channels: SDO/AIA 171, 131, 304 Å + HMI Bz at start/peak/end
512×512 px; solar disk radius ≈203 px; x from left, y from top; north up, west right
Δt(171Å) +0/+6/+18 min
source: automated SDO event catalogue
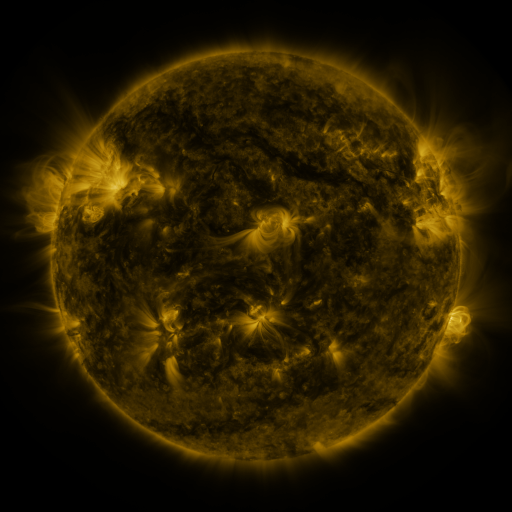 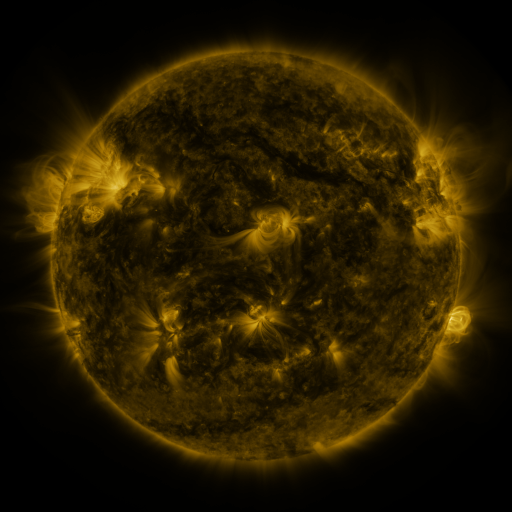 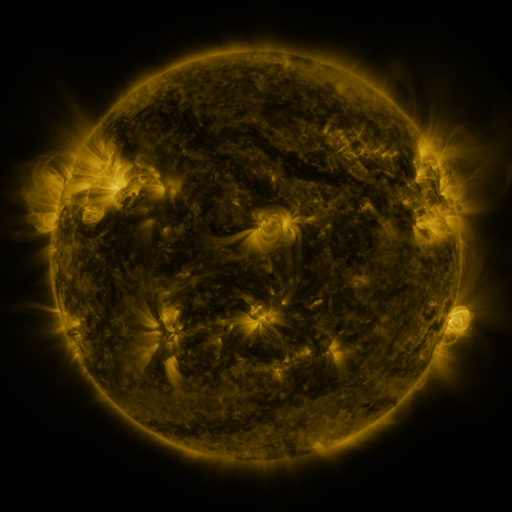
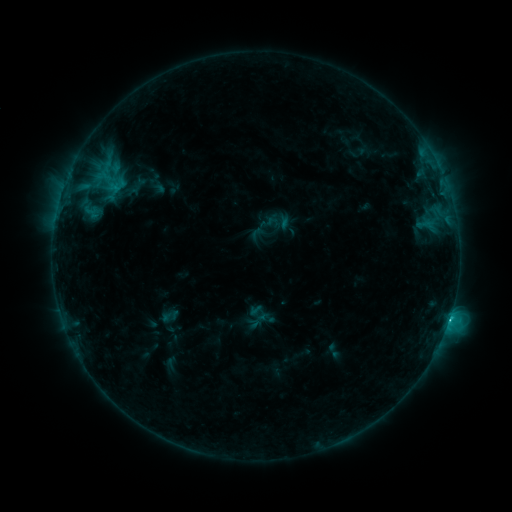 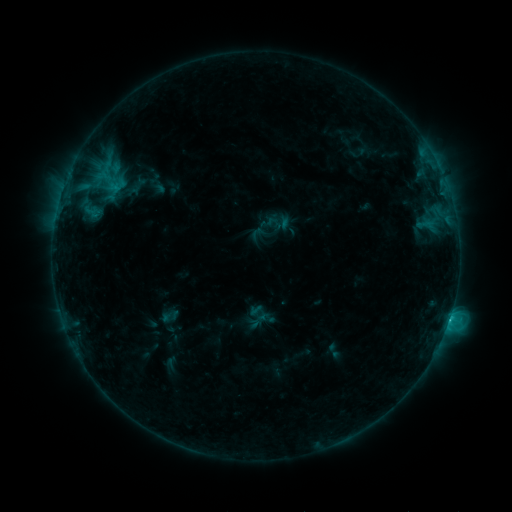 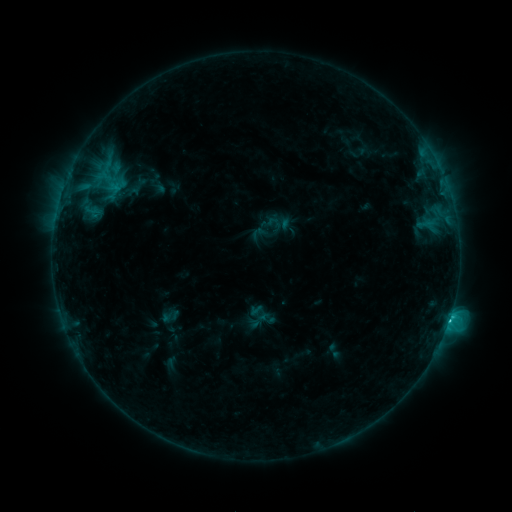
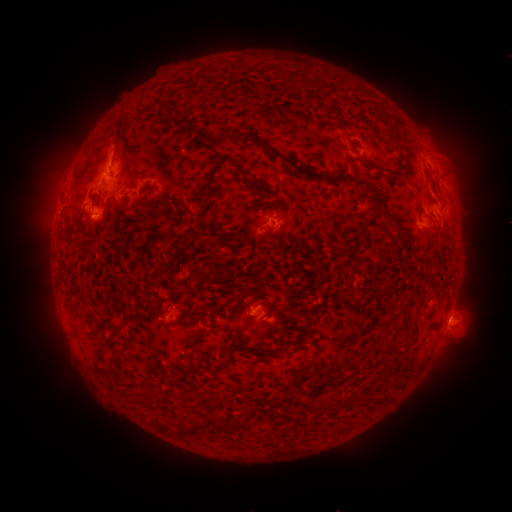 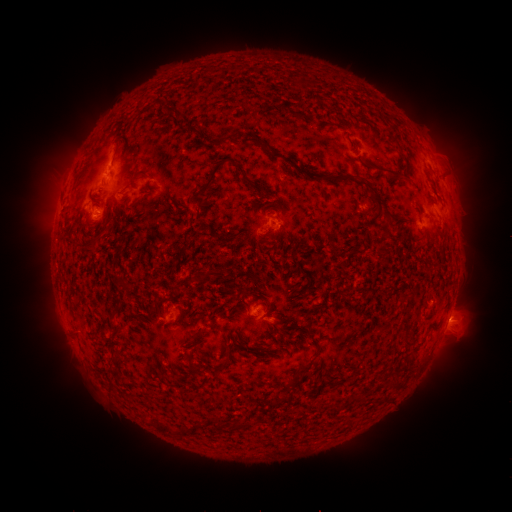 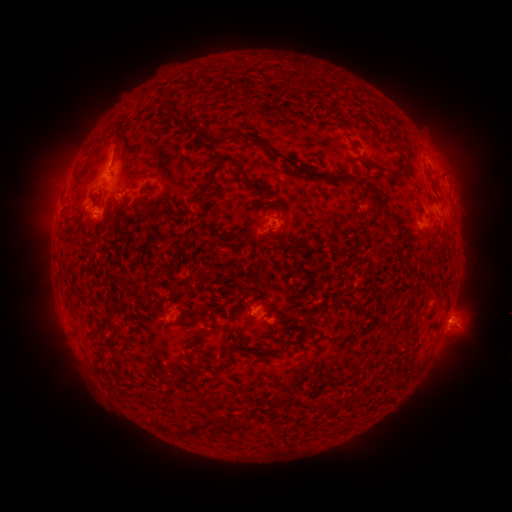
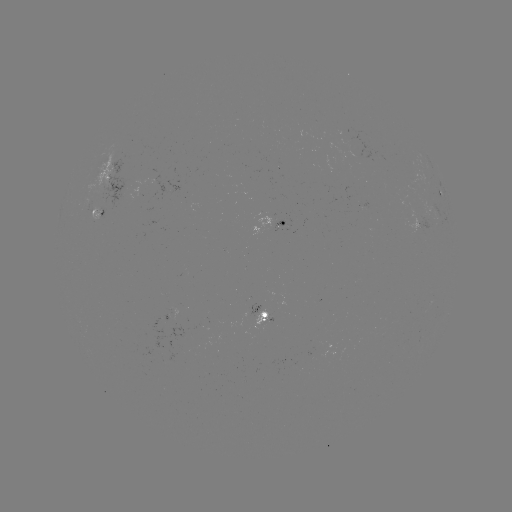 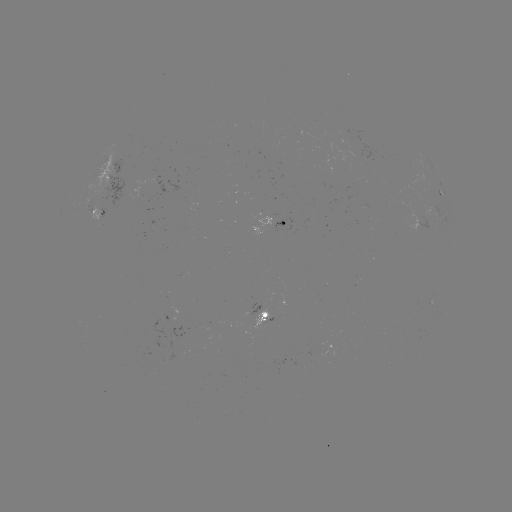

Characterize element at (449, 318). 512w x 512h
C2.3 flare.